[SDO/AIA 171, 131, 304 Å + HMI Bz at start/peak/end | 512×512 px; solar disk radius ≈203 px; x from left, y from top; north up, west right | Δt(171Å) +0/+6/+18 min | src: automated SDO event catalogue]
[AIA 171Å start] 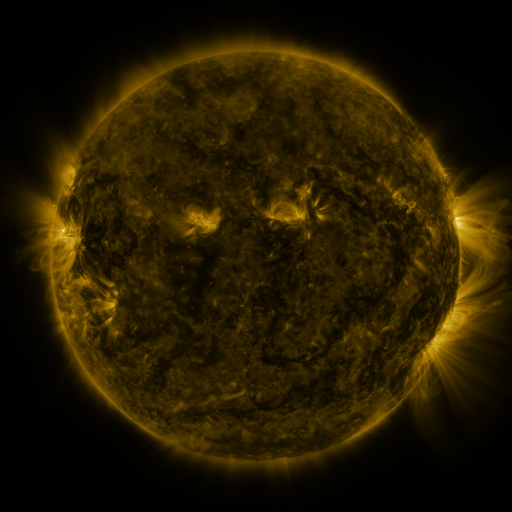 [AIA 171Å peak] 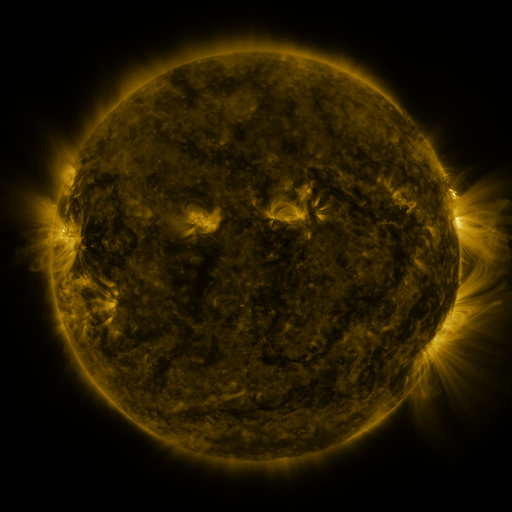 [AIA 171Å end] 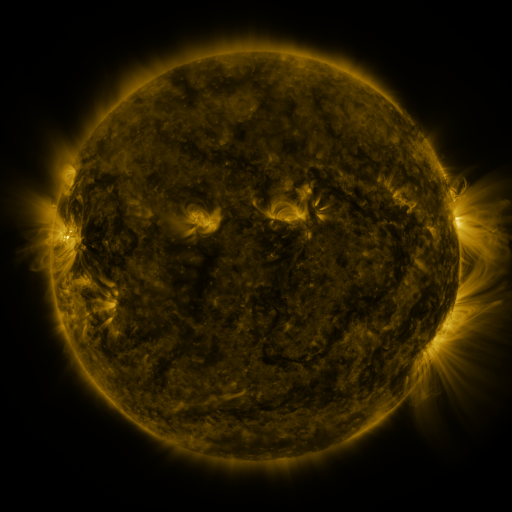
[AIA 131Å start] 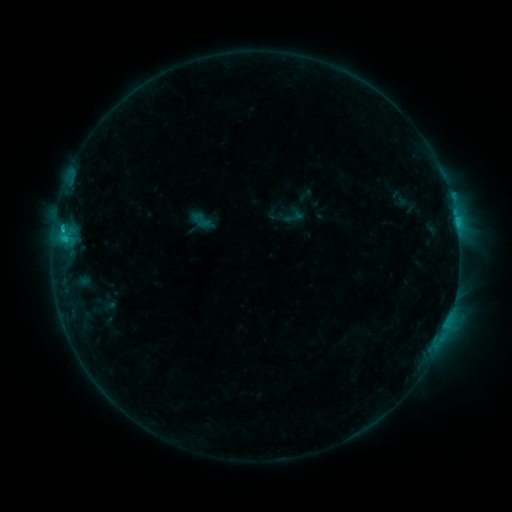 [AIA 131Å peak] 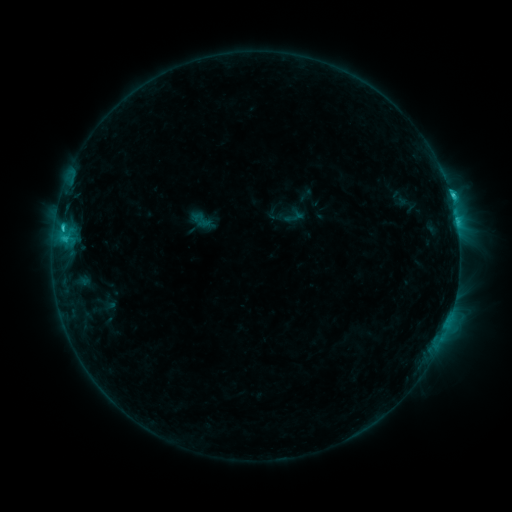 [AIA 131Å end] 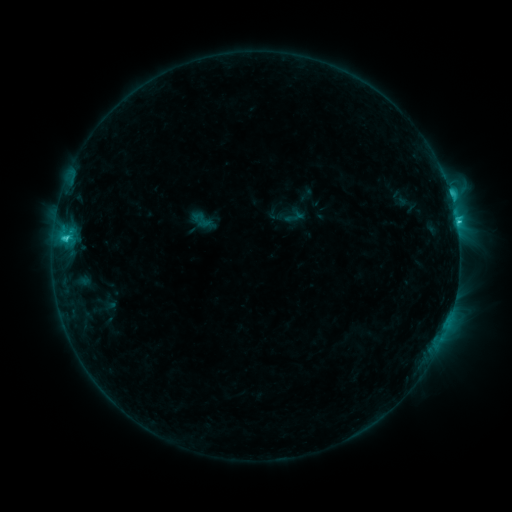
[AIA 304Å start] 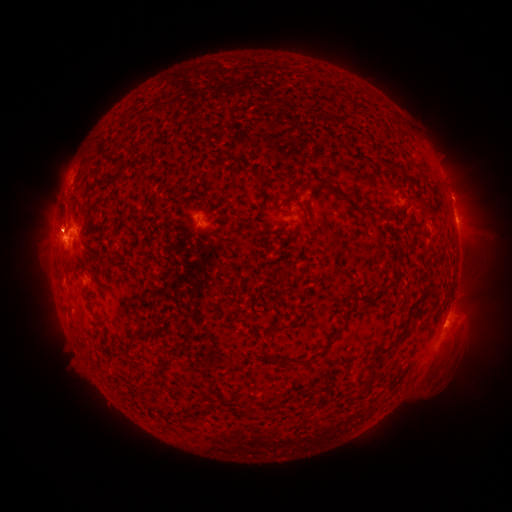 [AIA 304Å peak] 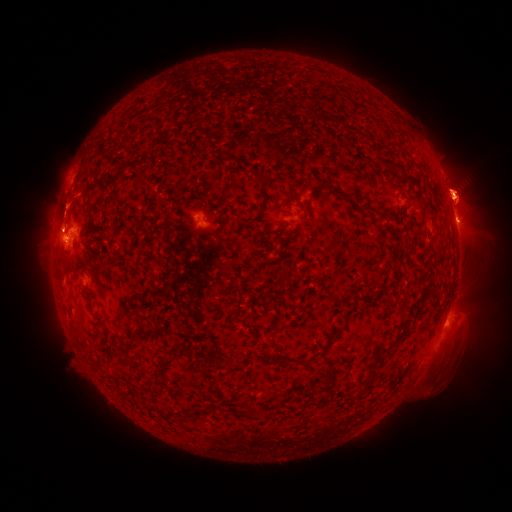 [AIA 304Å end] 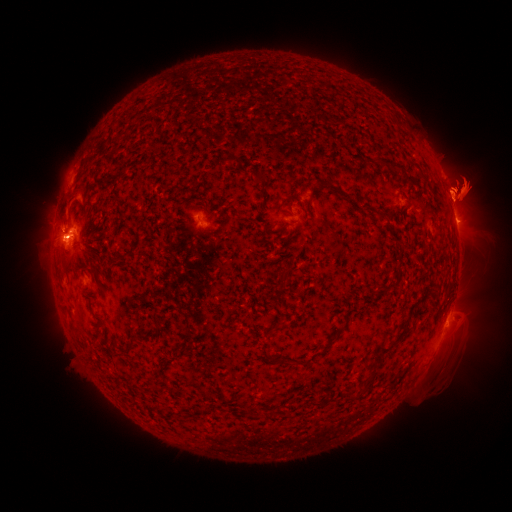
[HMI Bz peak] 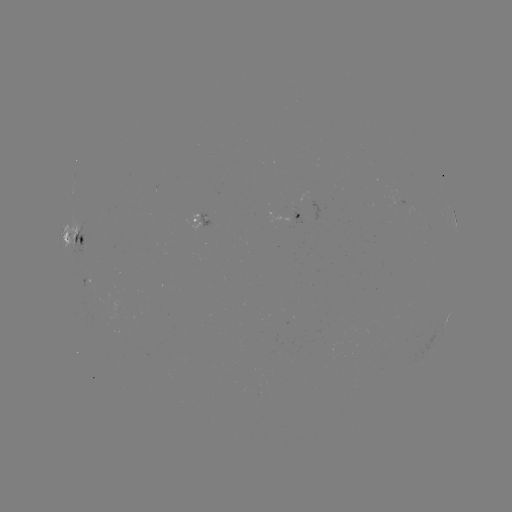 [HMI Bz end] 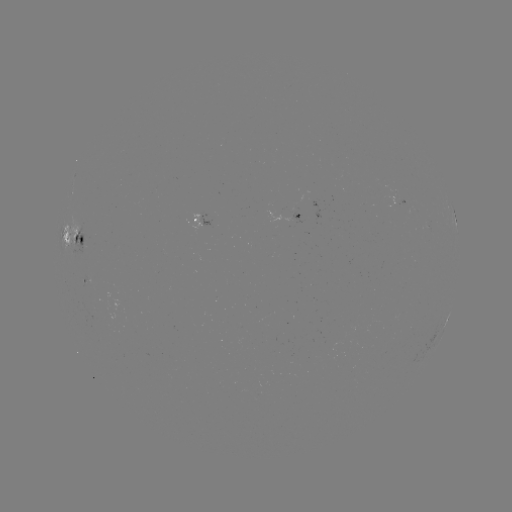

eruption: <bbox>29, 174, 101, 258</bbox>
